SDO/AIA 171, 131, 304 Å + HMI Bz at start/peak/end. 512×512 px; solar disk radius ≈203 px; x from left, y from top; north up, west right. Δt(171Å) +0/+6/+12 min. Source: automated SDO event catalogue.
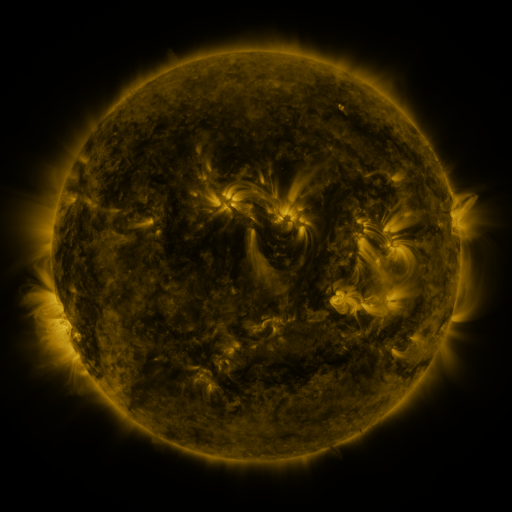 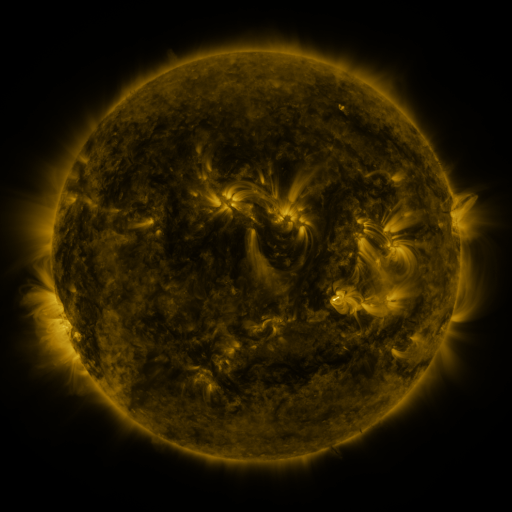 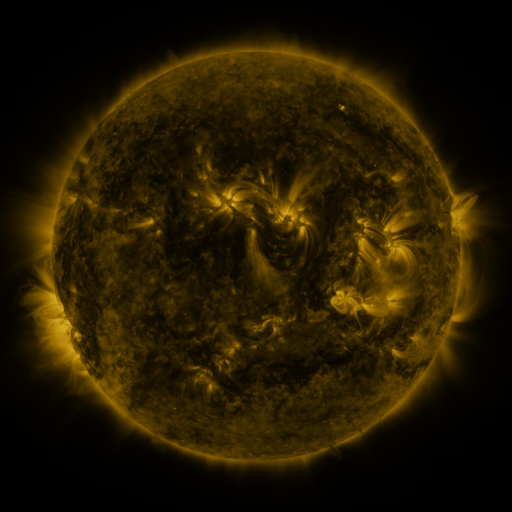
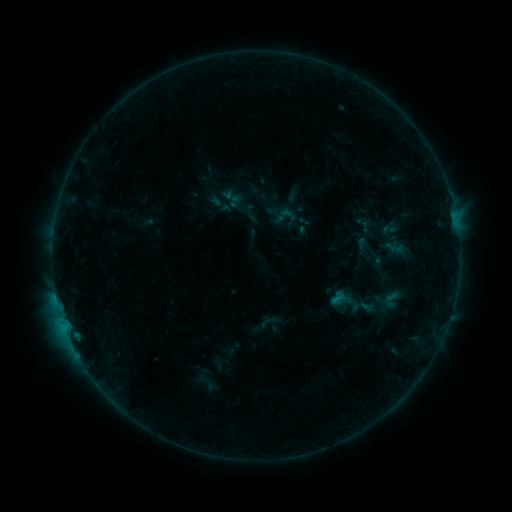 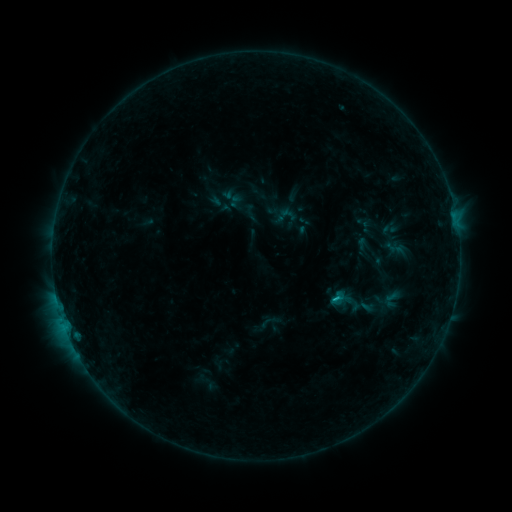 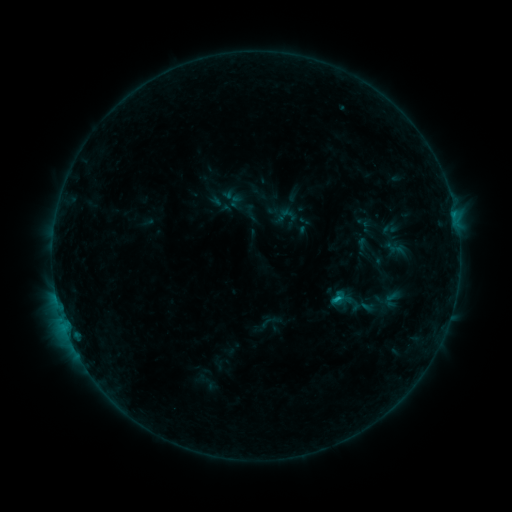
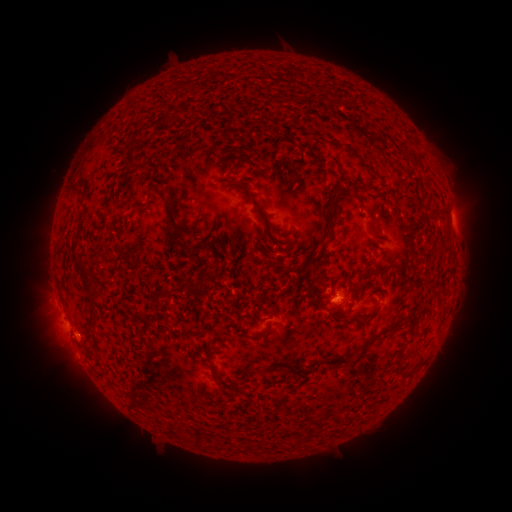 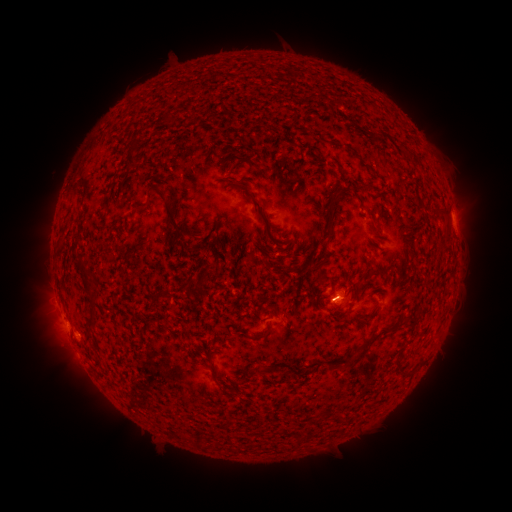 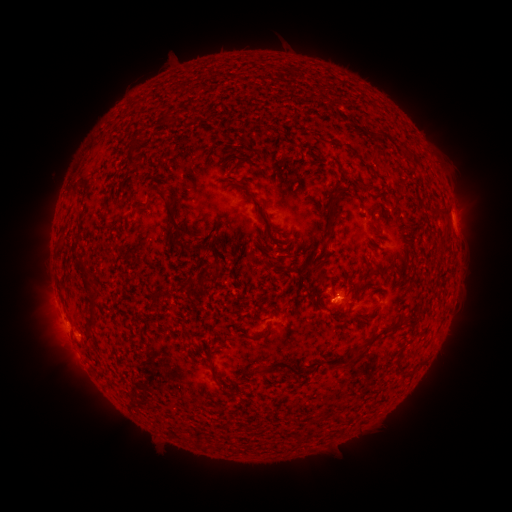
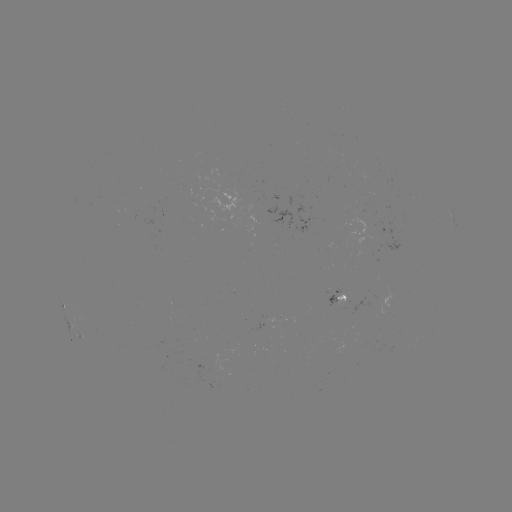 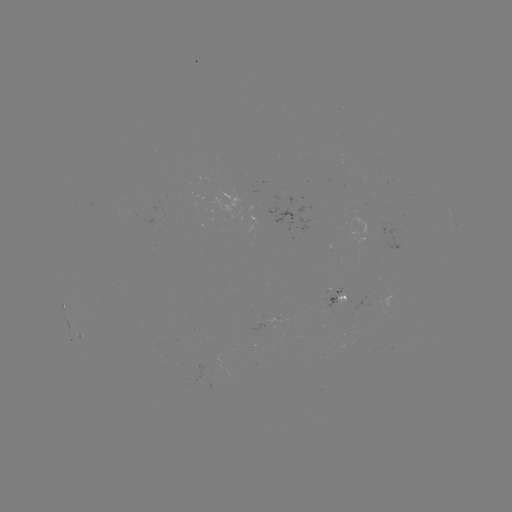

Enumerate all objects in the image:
B7.2 flare: (334, 297)
